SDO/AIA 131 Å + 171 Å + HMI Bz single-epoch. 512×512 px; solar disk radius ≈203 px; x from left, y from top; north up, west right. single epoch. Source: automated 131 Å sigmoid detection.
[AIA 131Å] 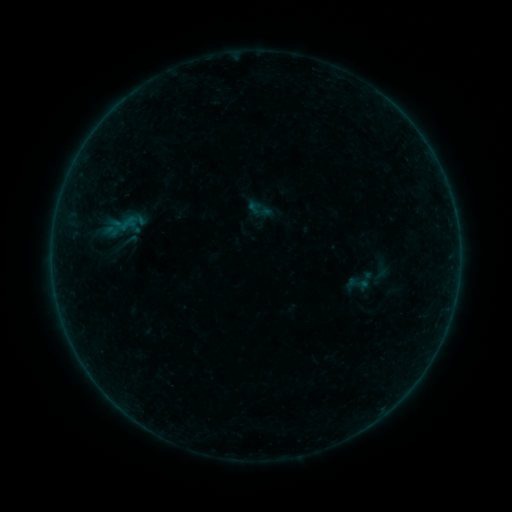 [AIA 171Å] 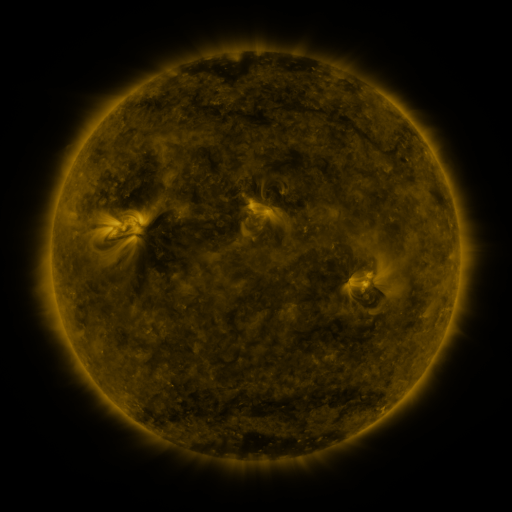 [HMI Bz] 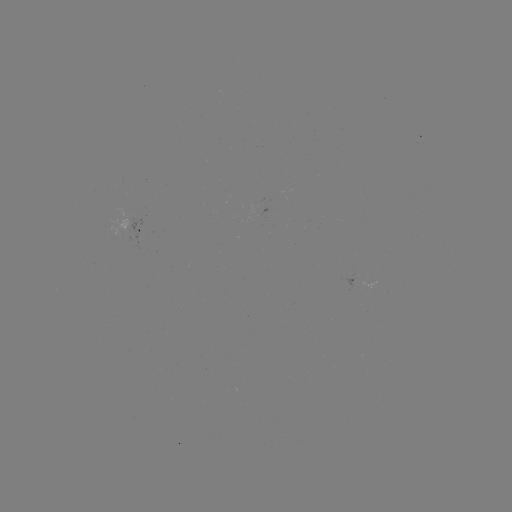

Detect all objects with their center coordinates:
sigmoid: (246, 196, 273, 223)
